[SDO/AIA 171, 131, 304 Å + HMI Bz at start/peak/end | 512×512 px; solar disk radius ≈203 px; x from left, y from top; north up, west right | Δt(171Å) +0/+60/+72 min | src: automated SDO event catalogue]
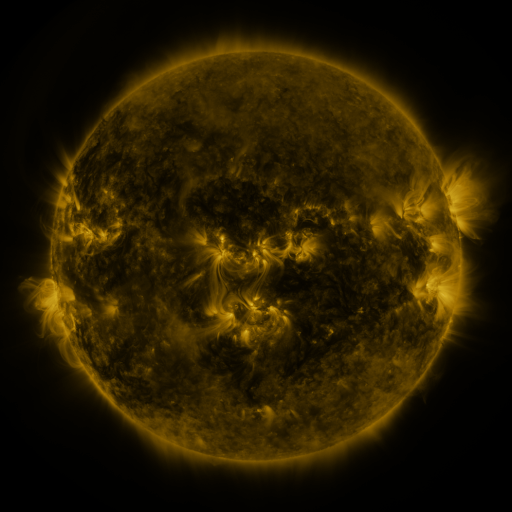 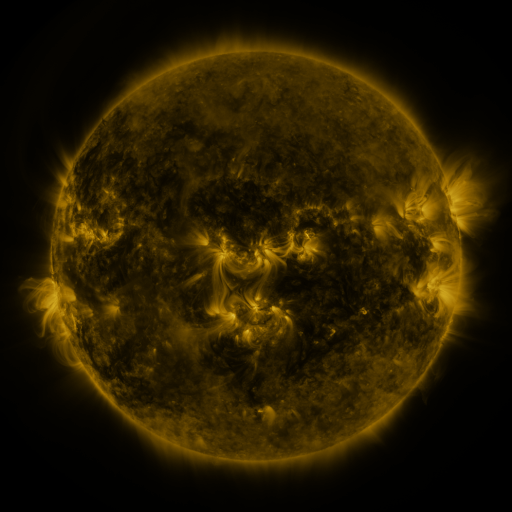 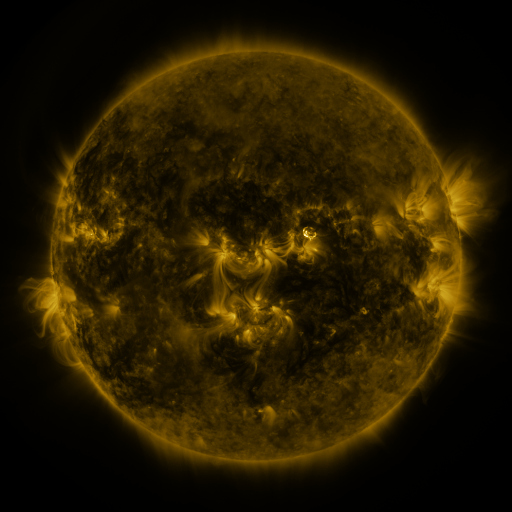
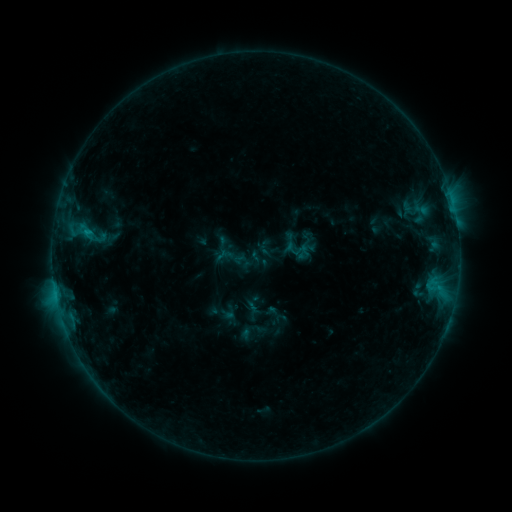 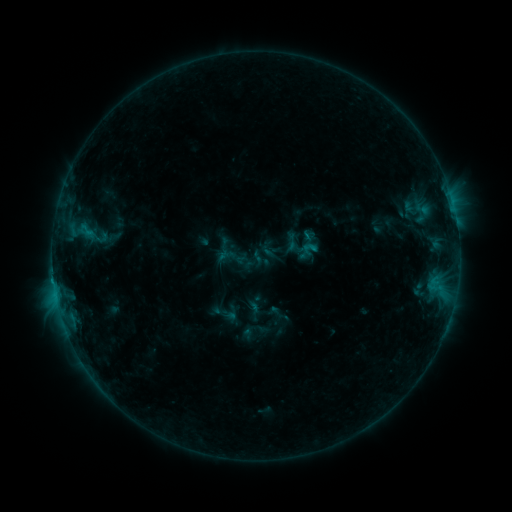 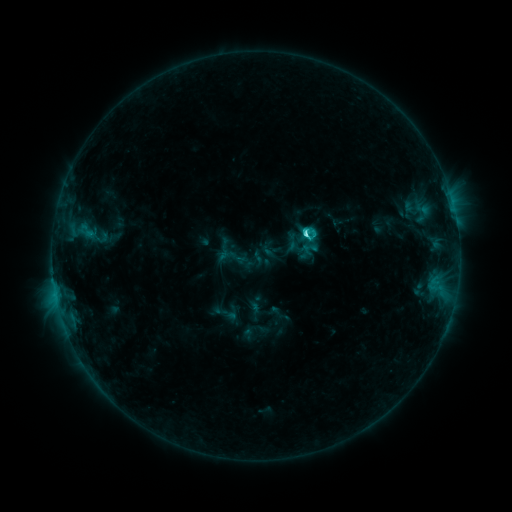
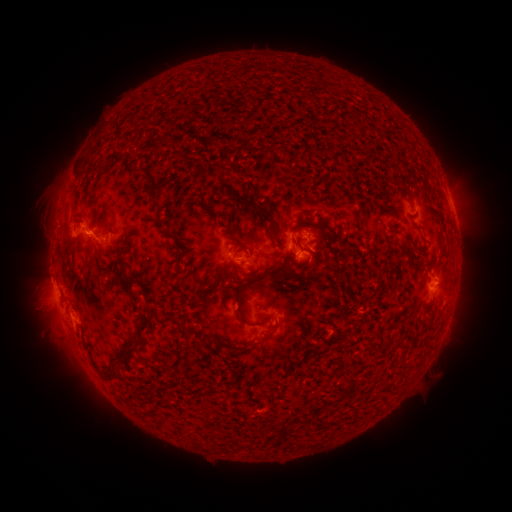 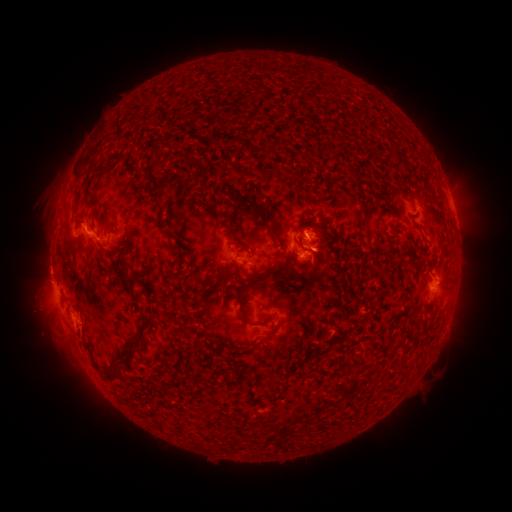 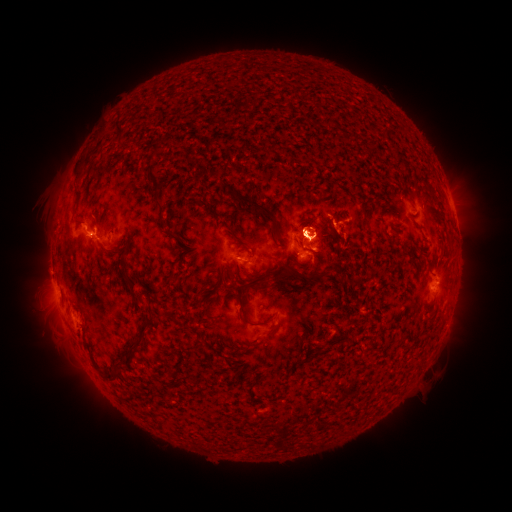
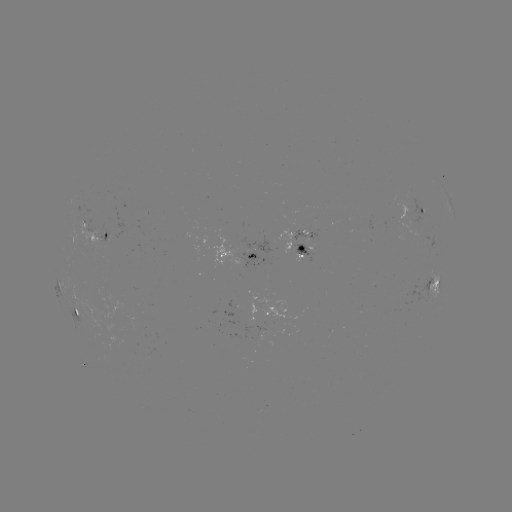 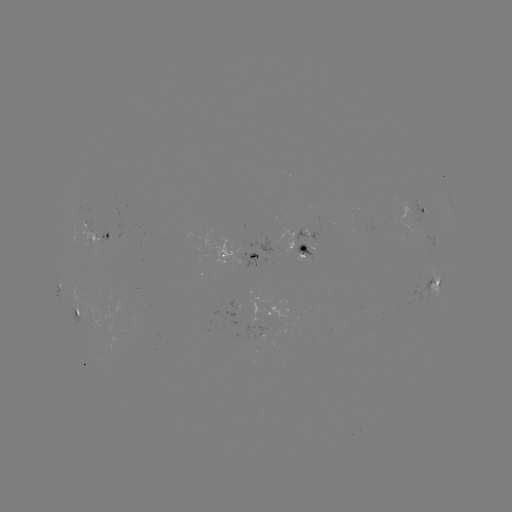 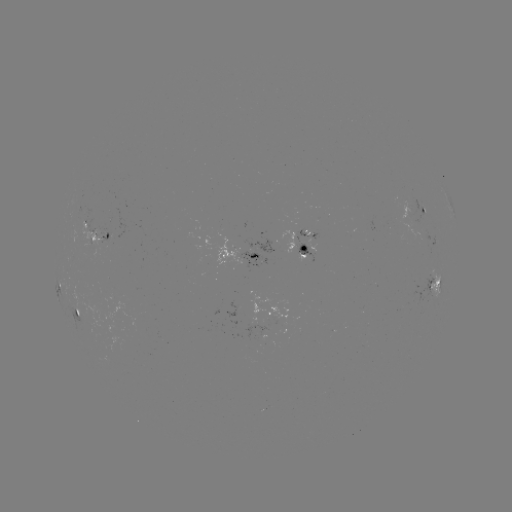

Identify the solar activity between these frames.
emerging-flux region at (108, 236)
